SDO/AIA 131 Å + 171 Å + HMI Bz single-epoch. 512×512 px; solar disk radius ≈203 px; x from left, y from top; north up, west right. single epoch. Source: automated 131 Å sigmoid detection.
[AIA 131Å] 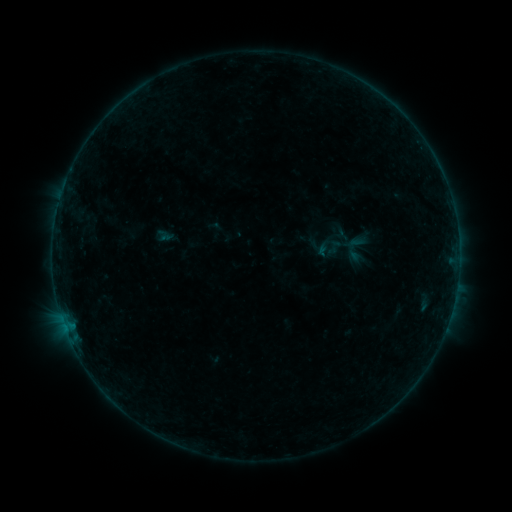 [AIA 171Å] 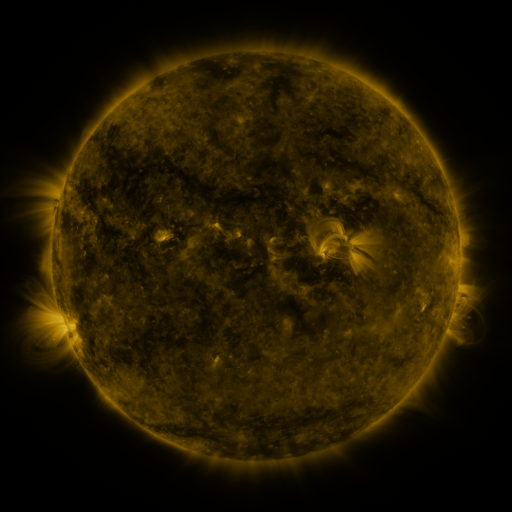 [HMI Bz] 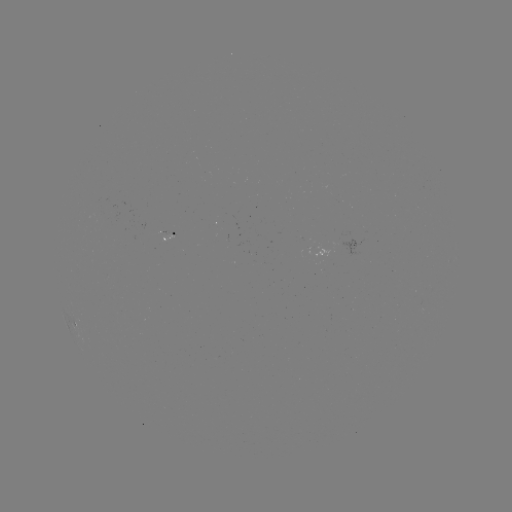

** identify sigmoid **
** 352,252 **